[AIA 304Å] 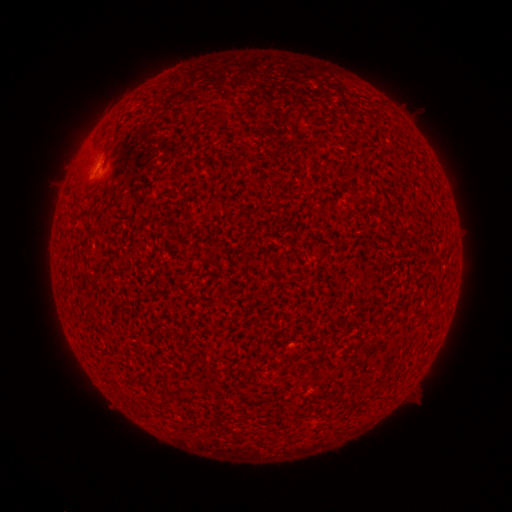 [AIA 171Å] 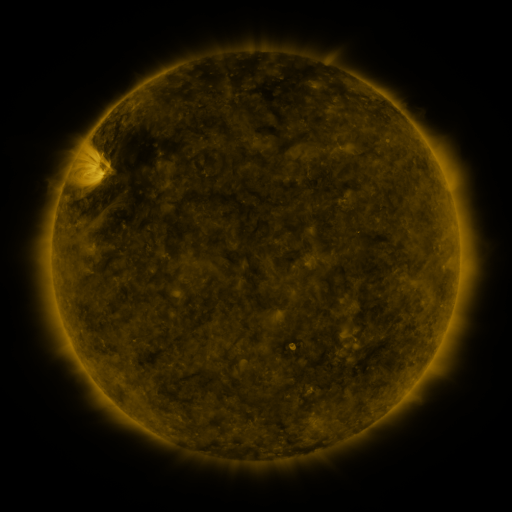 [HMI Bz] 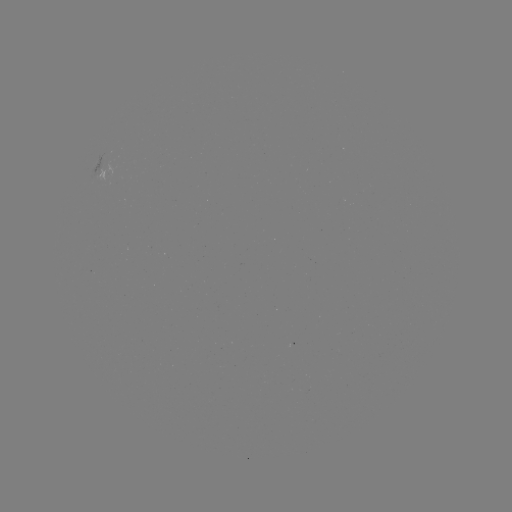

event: spotted active region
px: (97, 171)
